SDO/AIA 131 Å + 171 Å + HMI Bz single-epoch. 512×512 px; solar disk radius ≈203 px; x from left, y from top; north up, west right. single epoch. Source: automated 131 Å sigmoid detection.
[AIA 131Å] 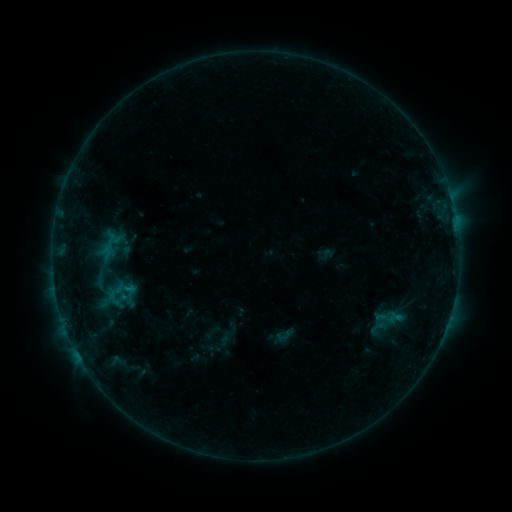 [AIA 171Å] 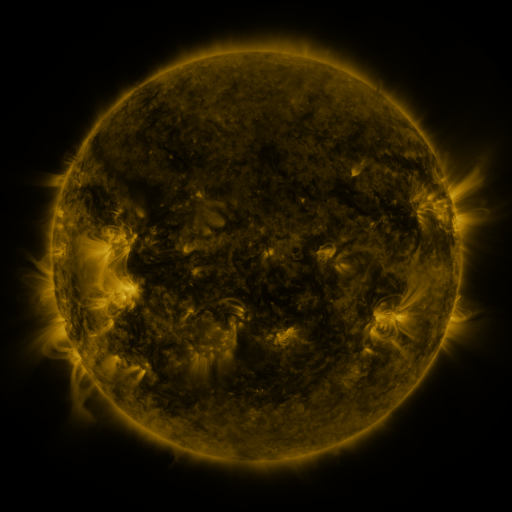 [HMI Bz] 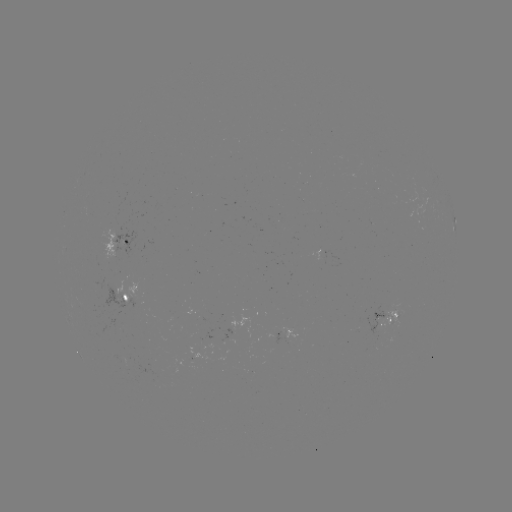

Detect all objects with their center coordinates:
sigmoid: [99, 276, 132, 310]
sigmoid: [275, 325, 295, 345]
